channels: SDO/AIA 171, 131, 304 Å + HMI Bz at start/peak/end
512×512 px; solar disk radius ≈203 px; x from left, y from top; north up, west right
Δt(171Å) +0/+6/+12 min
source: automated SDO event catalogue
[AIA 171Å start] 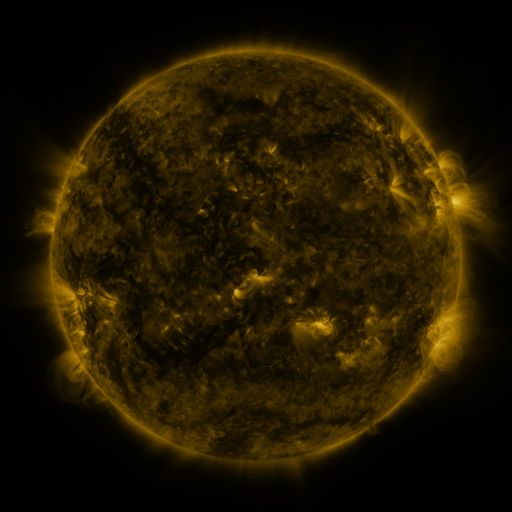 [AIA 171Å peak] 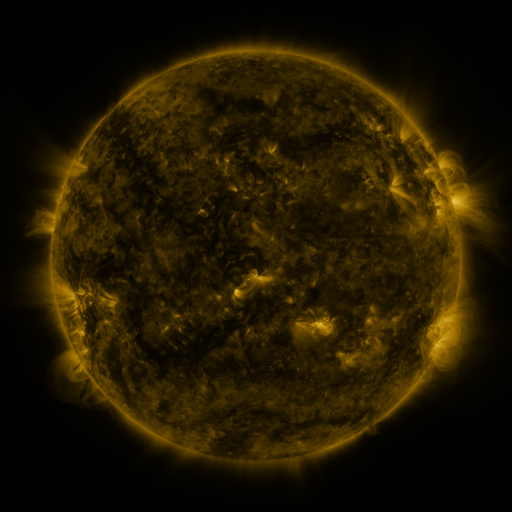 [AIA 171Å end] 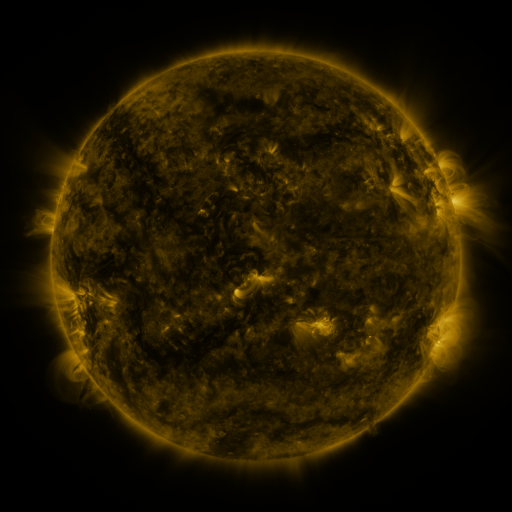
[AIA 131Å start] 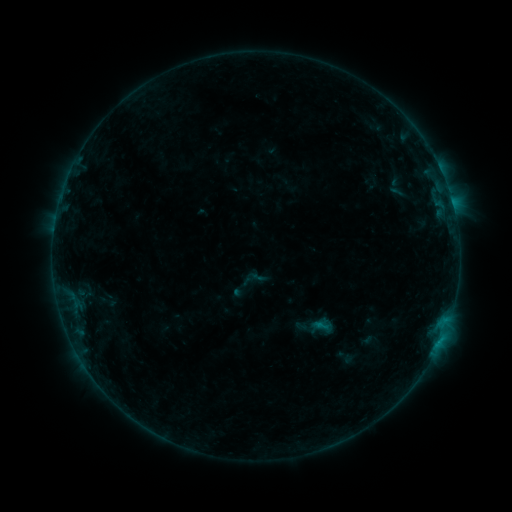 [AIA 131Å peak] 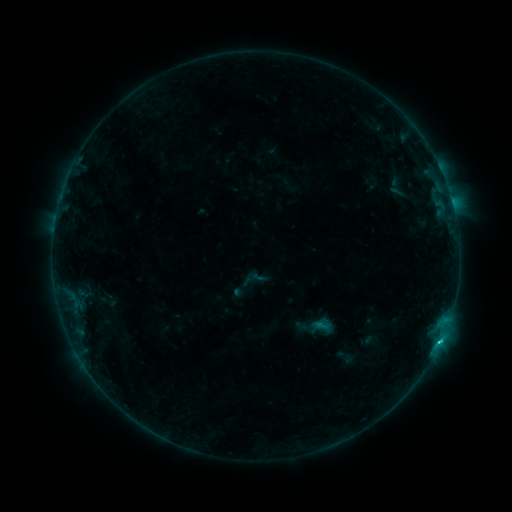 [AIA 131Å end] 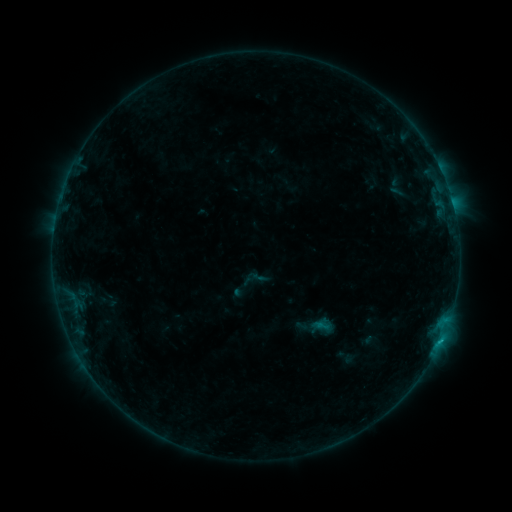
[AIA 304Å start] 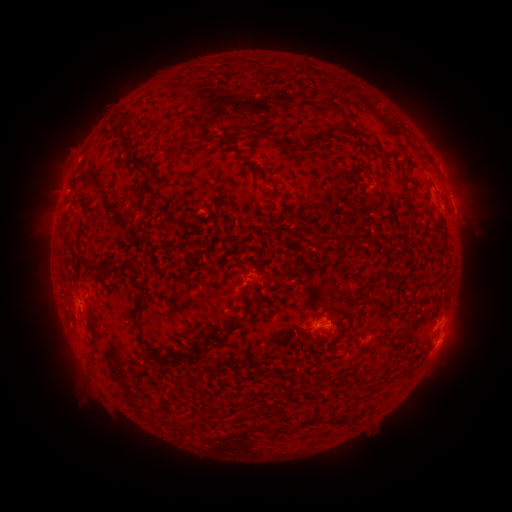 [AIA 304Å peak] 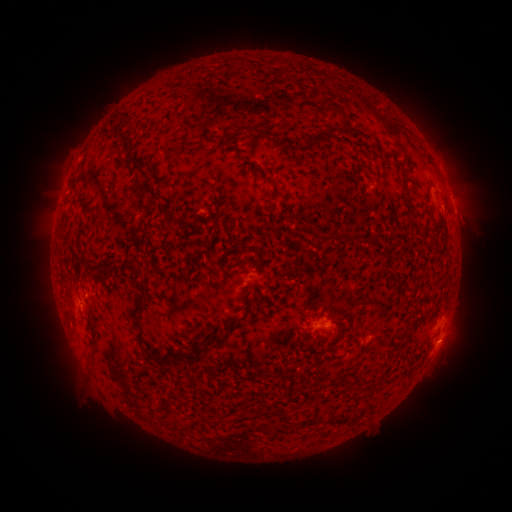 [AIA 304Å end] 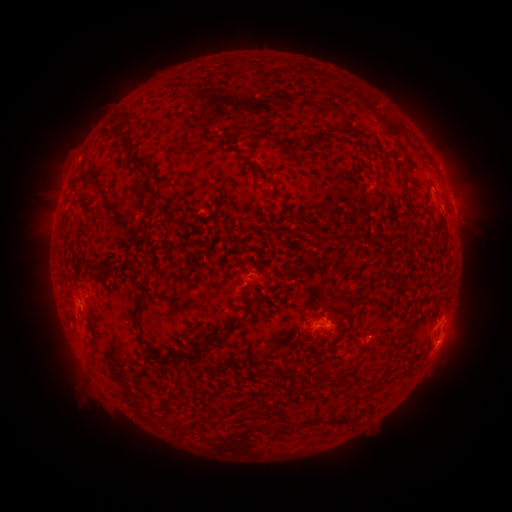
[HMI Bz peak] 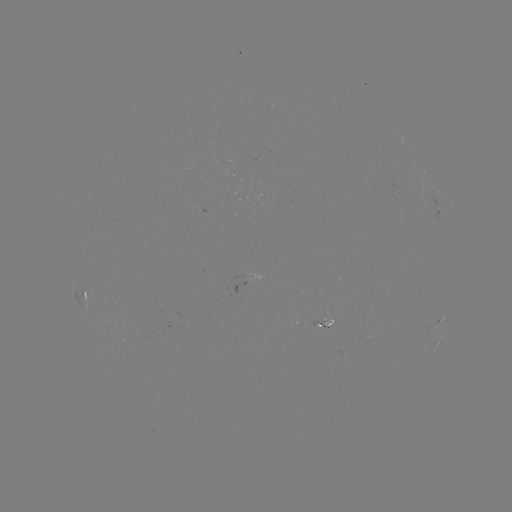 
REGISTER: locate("B6.7 flare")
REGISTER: [439, 340]